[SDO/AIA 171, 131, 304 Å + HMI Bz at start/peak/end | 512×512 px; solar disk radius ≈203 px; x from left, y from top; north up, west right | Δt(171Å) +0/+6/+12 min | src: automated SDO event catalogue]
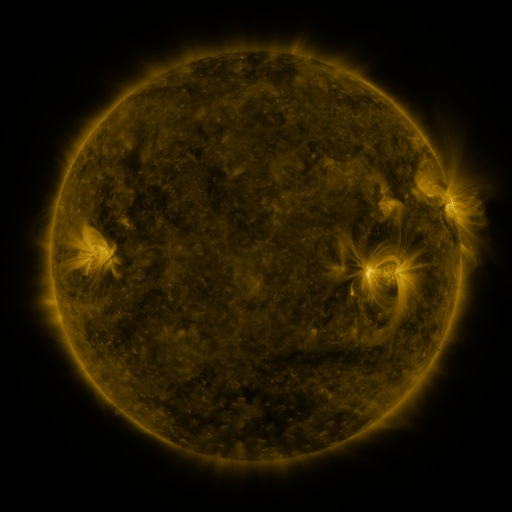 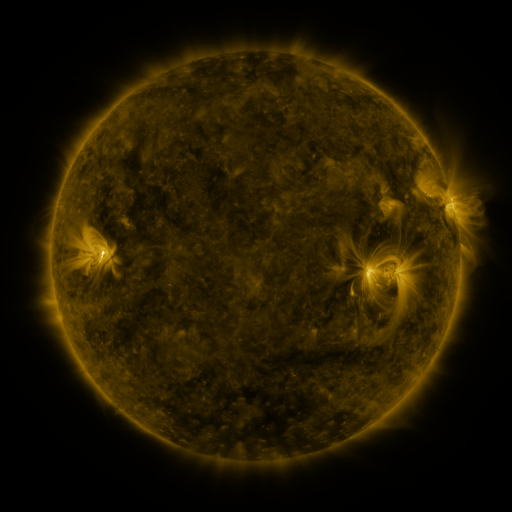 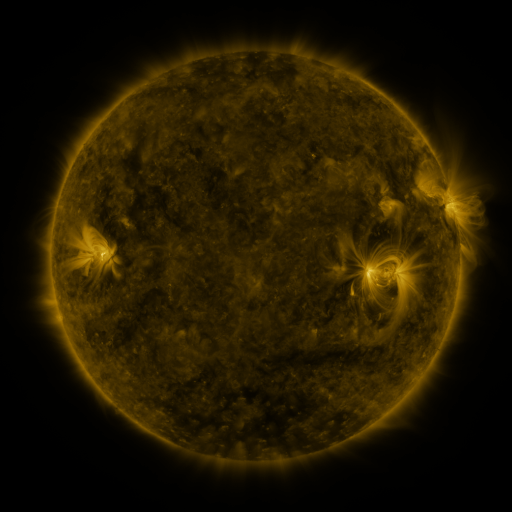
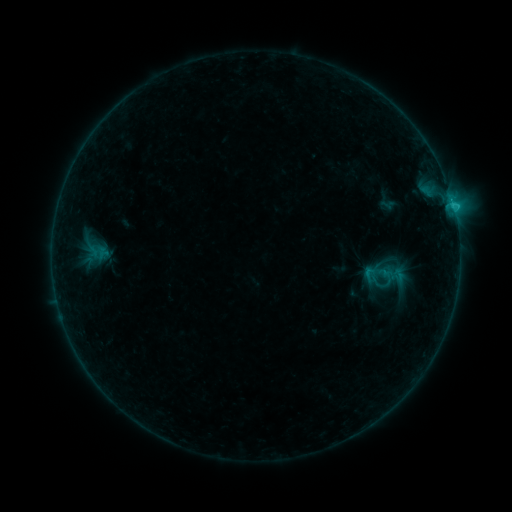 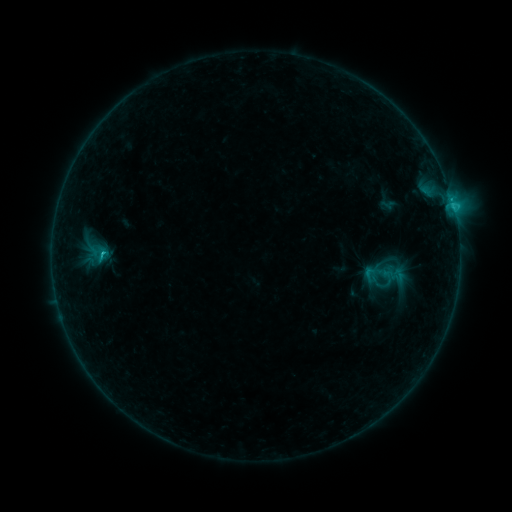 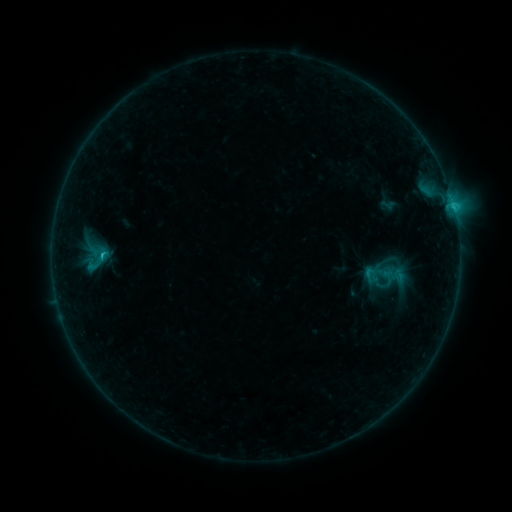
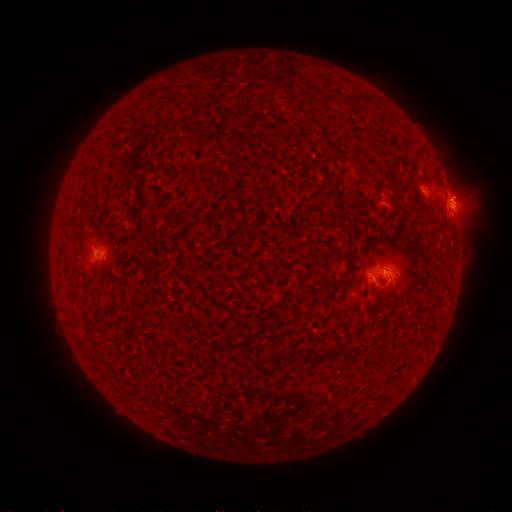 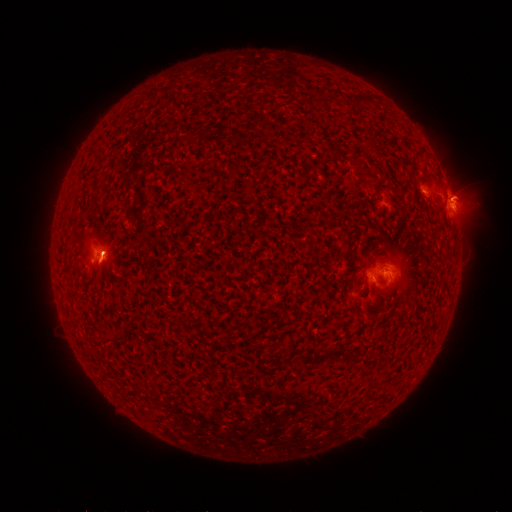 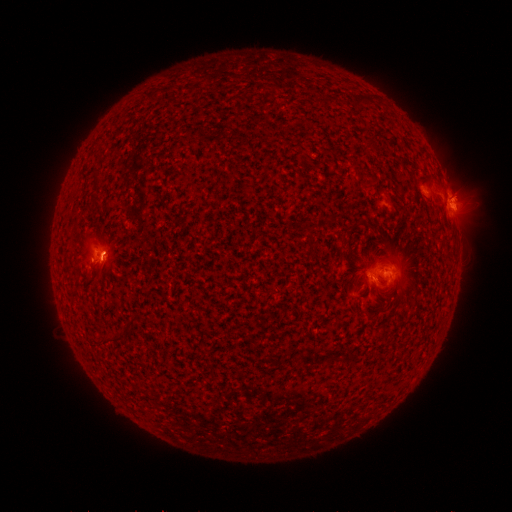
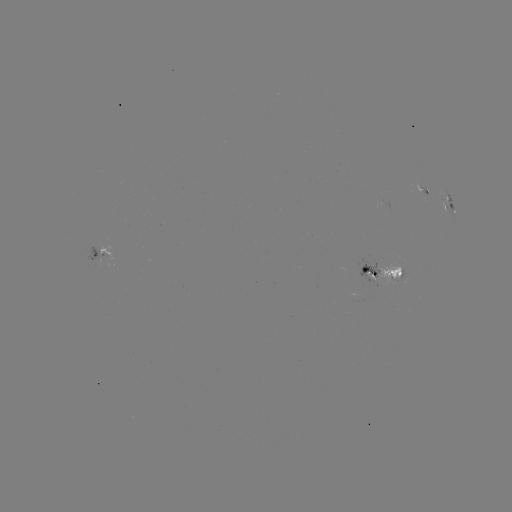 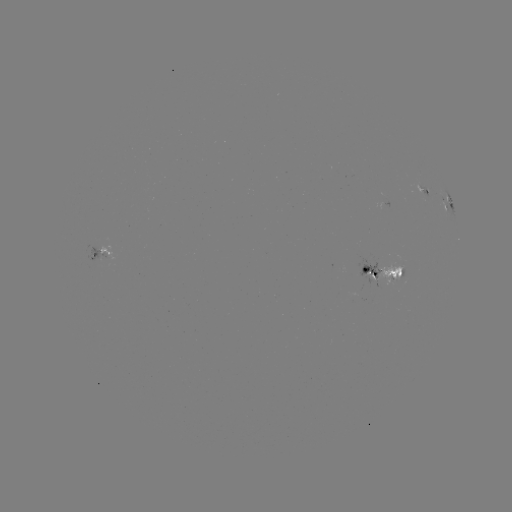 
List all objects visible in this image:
C1.9 flare: (104, 251)
